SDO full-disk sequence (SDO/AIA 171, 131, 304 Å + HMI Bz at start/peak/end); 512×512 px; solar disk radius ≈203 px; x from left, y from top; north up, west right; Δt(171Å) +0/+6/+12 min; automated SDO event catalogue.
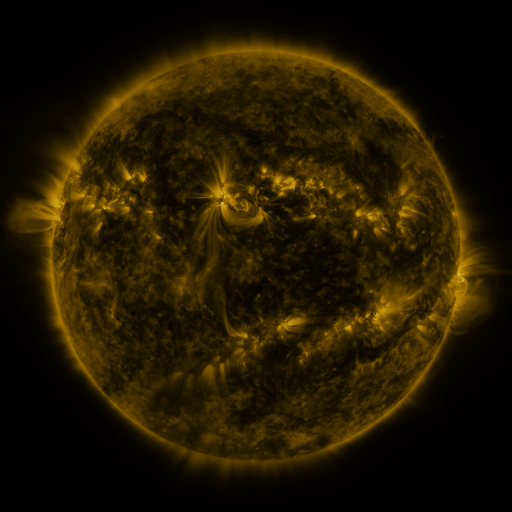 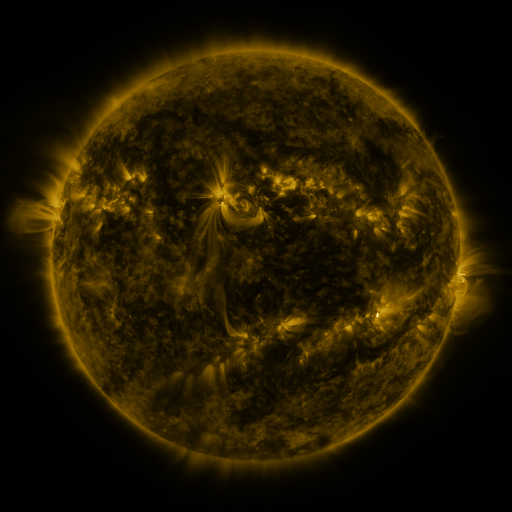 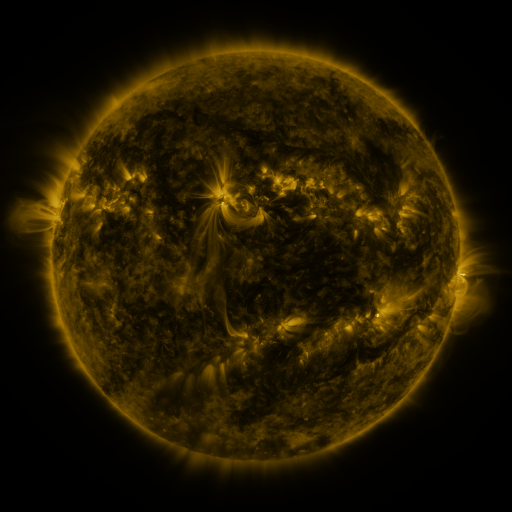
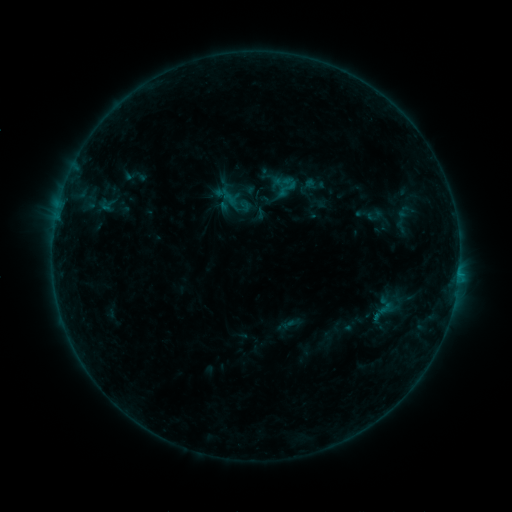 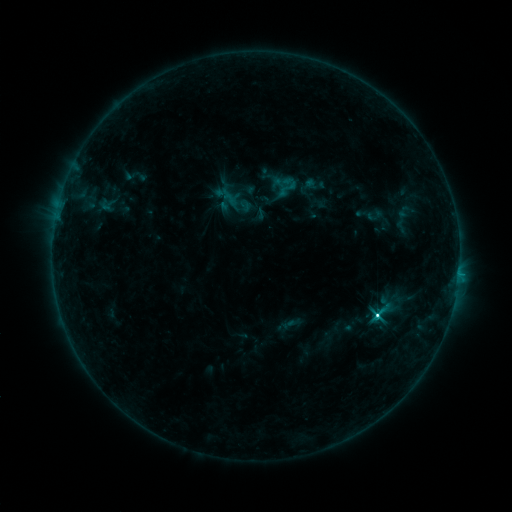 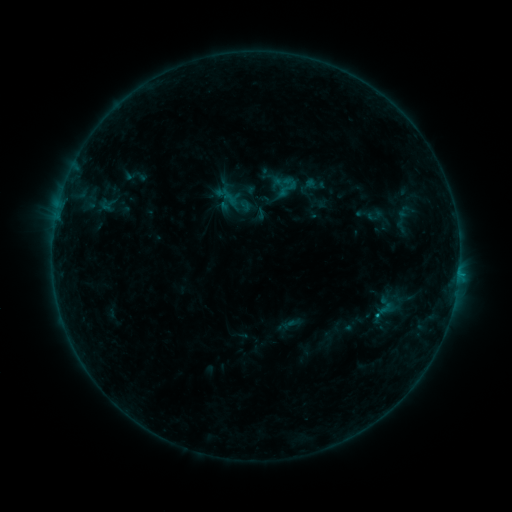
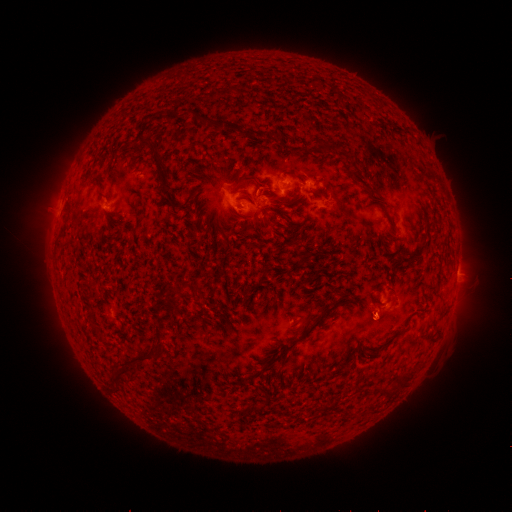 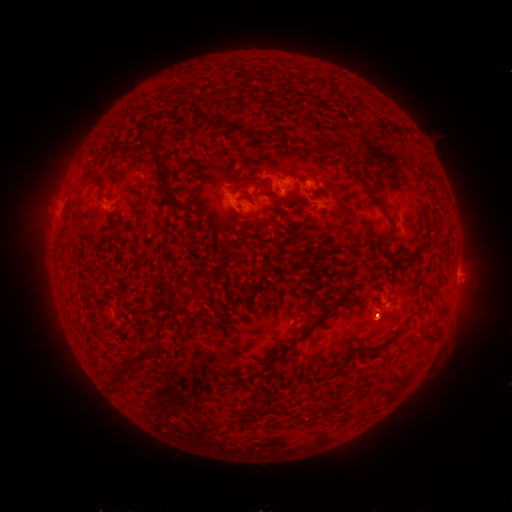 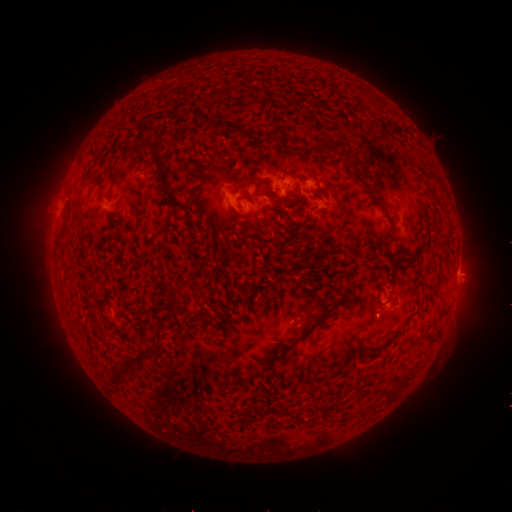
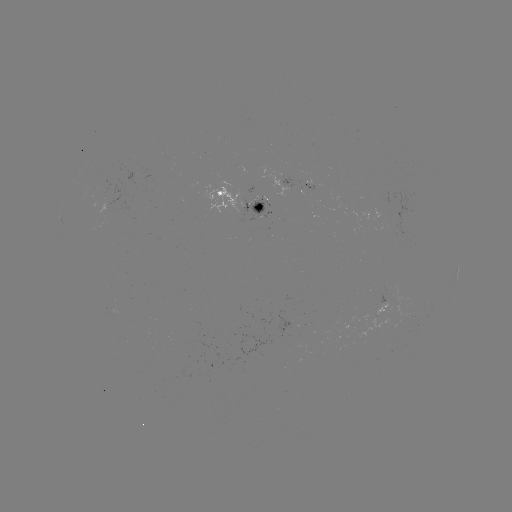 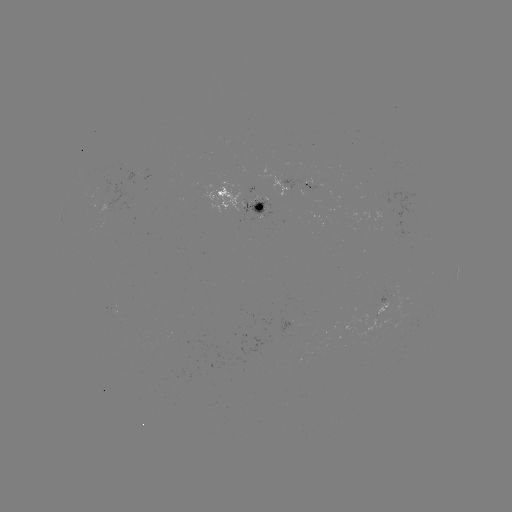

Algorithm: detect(C3.1 flare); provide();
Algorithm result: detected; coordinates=(375, 315)